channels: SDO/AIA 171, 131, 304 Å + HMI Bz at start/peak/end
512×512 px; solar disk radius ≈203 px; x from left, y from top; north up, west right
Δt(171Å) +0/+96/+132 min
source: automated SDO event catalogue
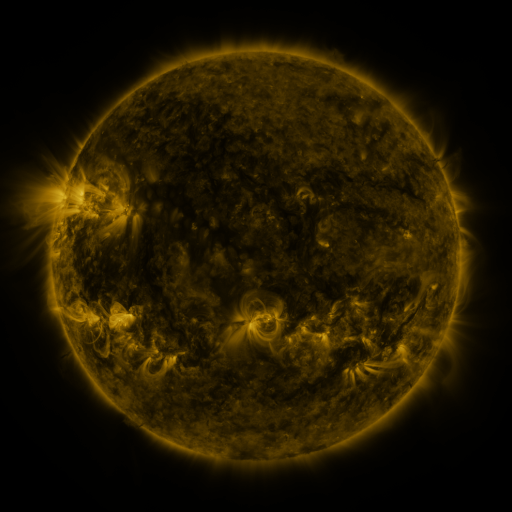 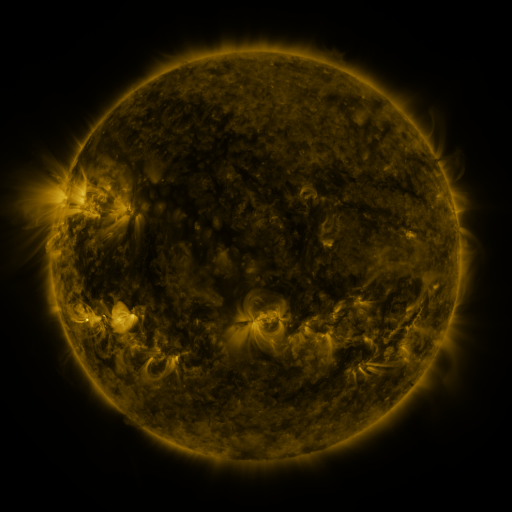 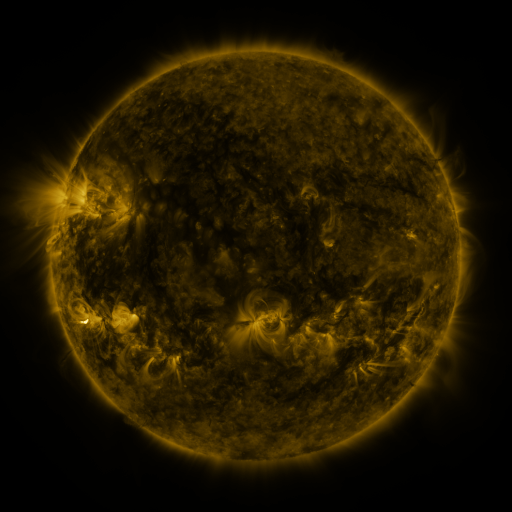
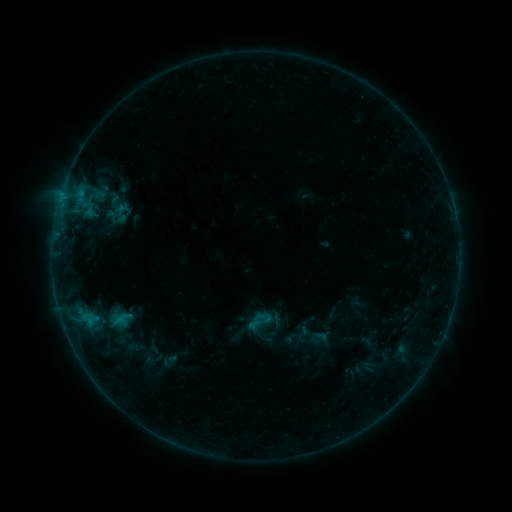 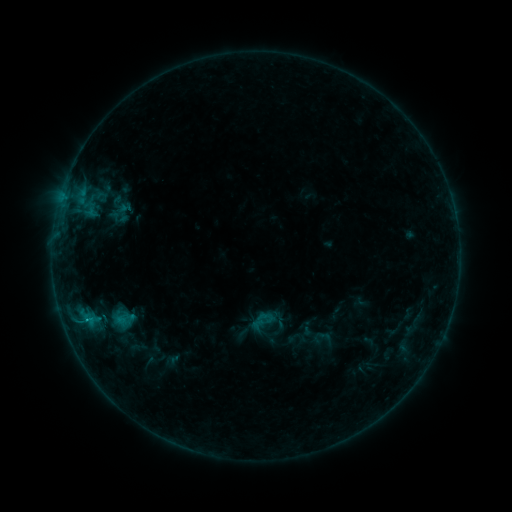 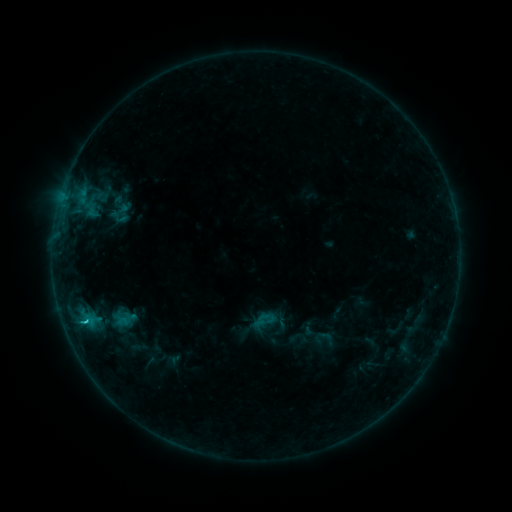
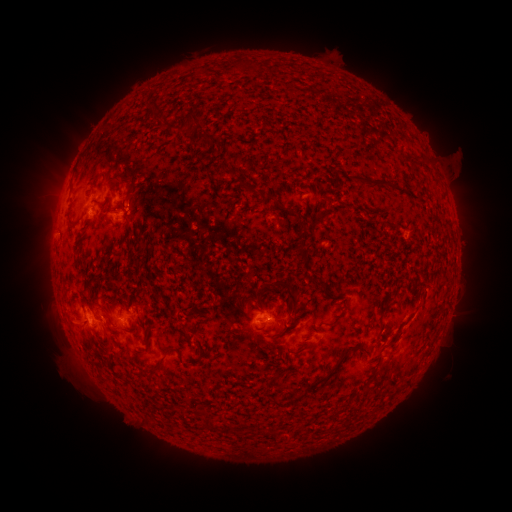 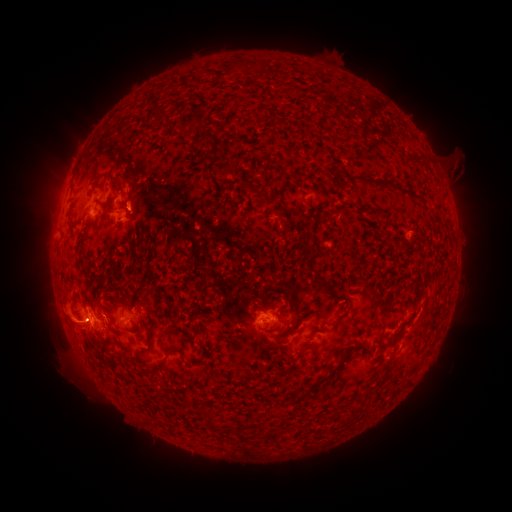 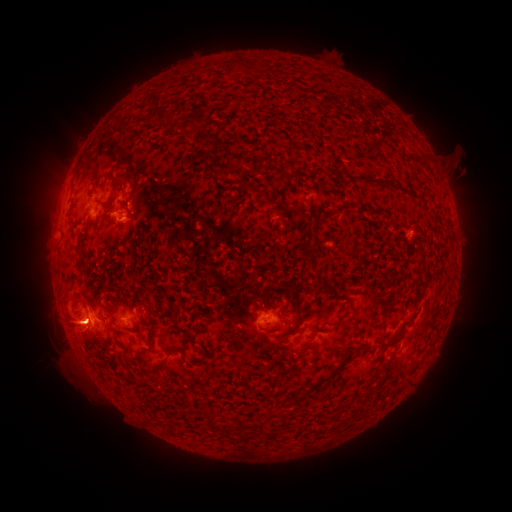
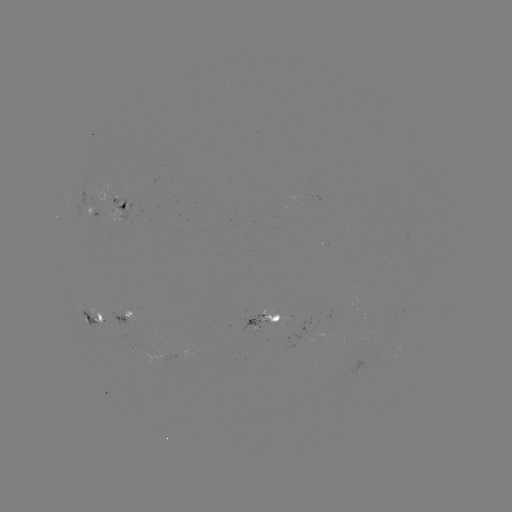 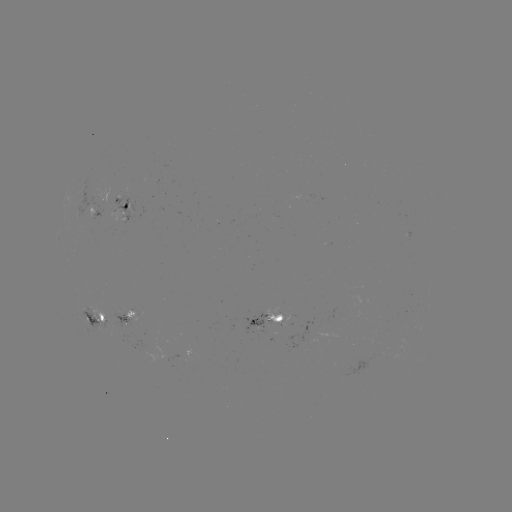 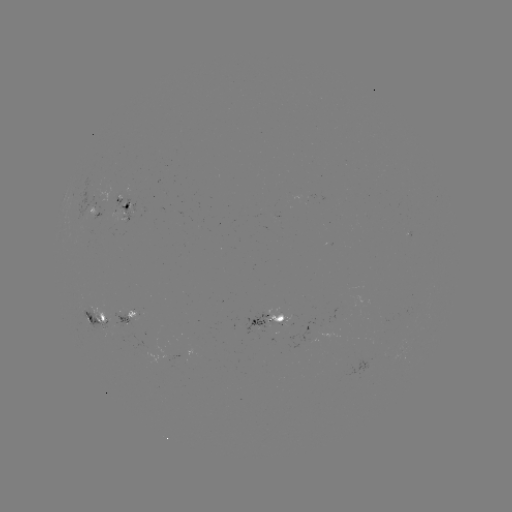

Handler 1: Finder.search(emerging-flux region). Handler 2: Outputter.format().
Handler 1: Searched emerging-flux region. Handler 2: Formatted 403,345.